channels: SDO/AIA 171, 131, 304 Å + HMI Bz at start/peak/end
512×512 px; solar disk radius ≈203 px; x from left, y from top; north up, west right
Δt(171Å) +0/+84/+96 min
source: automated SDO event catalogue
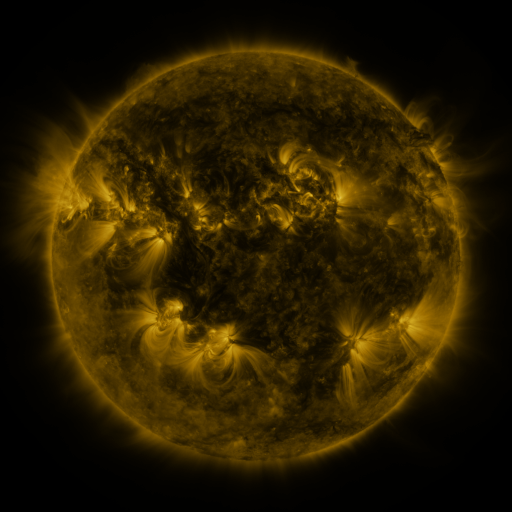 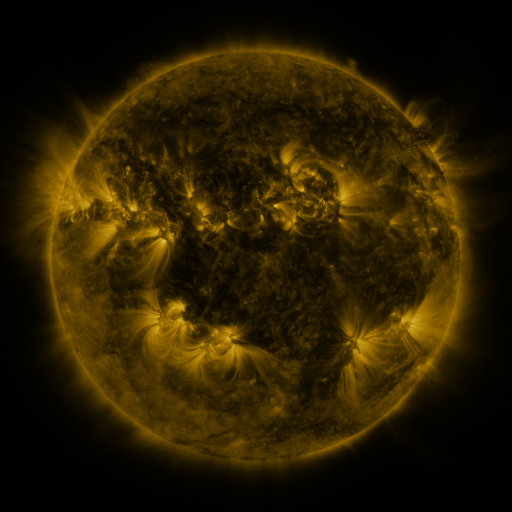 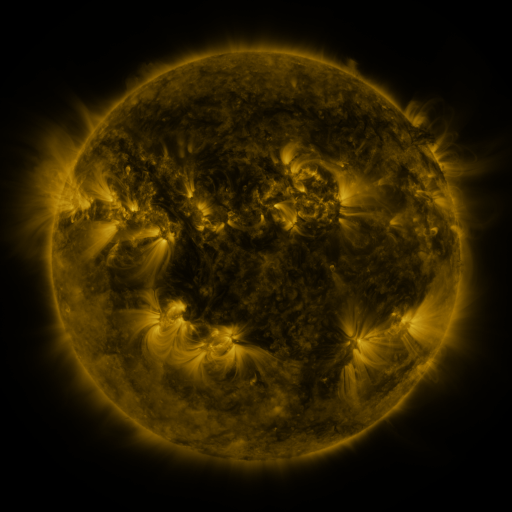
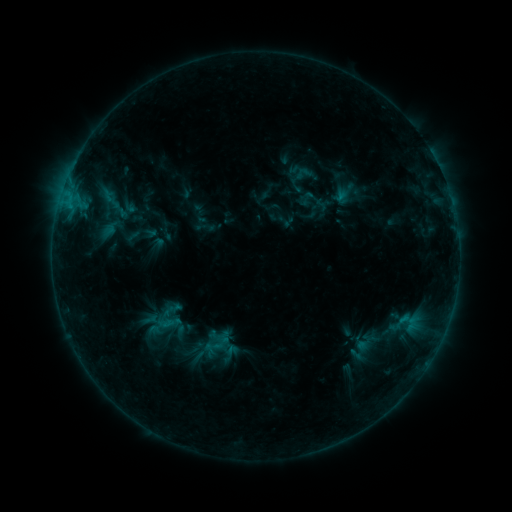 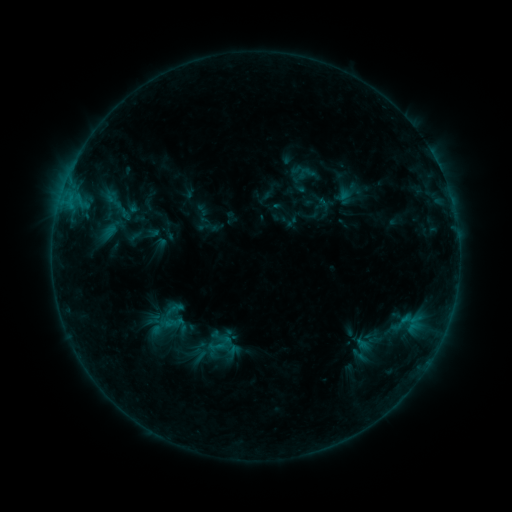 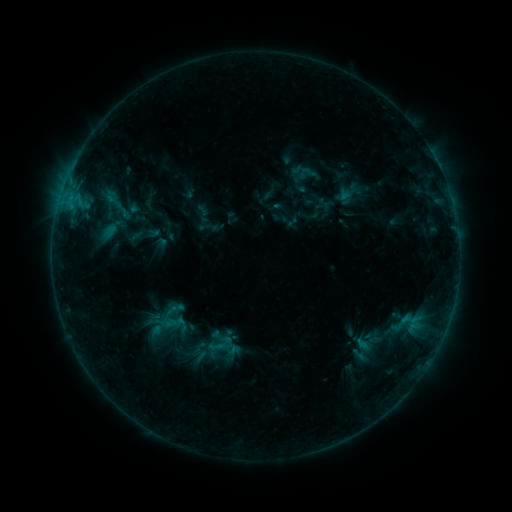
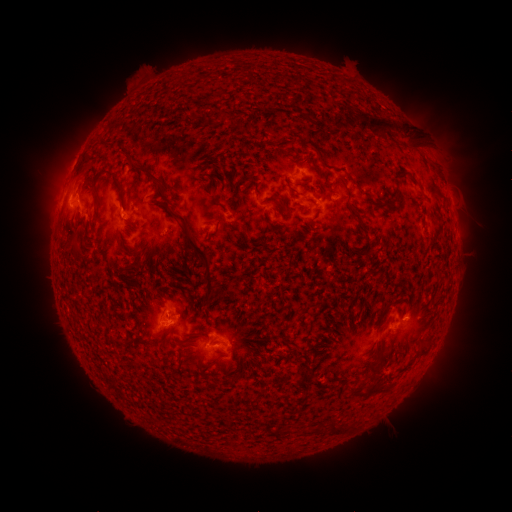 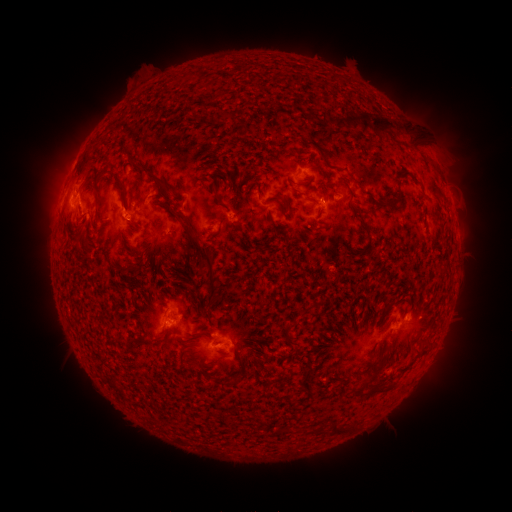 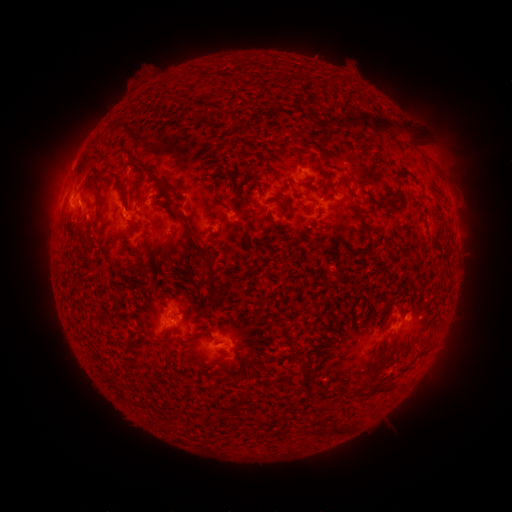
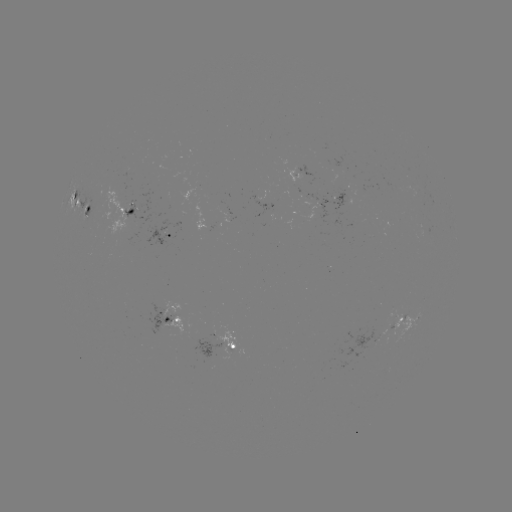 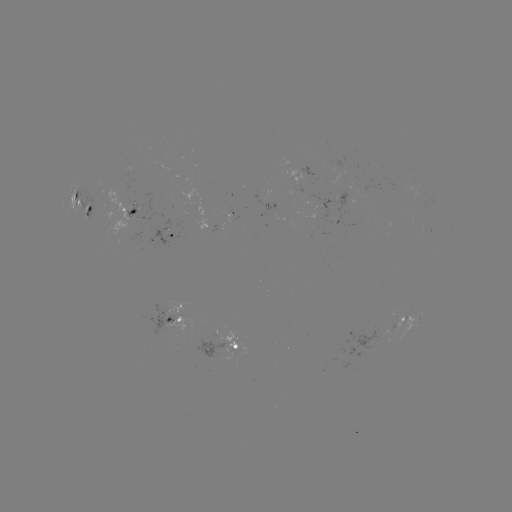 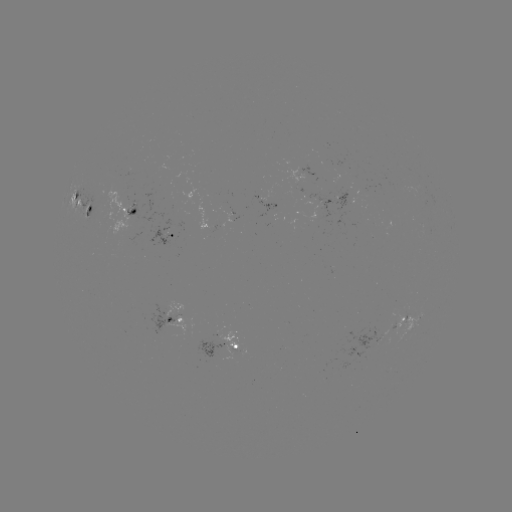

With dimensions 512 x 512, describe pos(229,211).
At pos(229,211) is emerging-flux region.